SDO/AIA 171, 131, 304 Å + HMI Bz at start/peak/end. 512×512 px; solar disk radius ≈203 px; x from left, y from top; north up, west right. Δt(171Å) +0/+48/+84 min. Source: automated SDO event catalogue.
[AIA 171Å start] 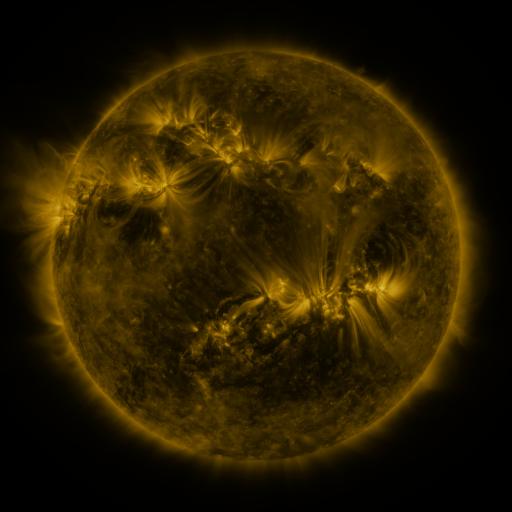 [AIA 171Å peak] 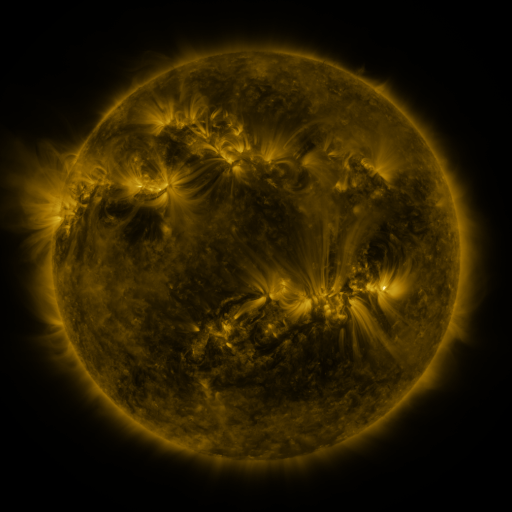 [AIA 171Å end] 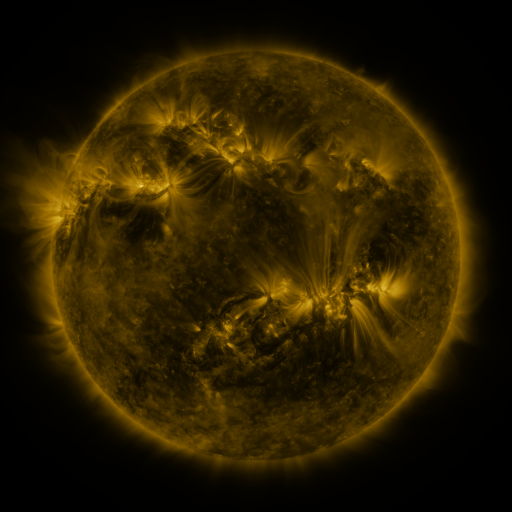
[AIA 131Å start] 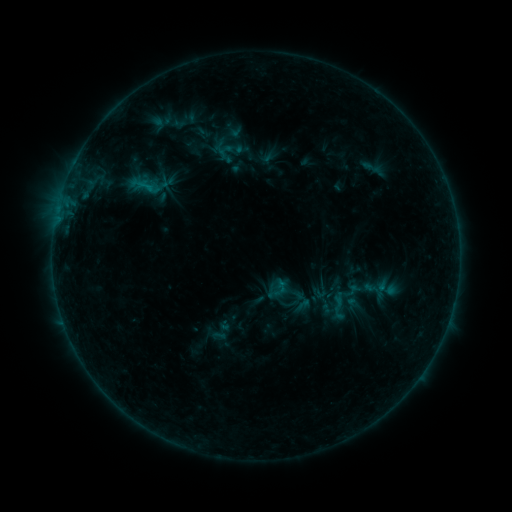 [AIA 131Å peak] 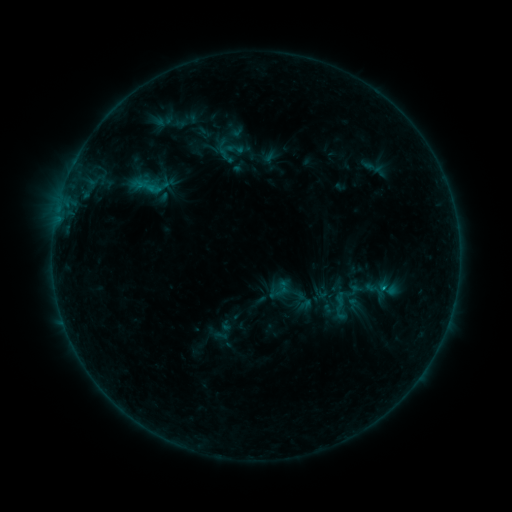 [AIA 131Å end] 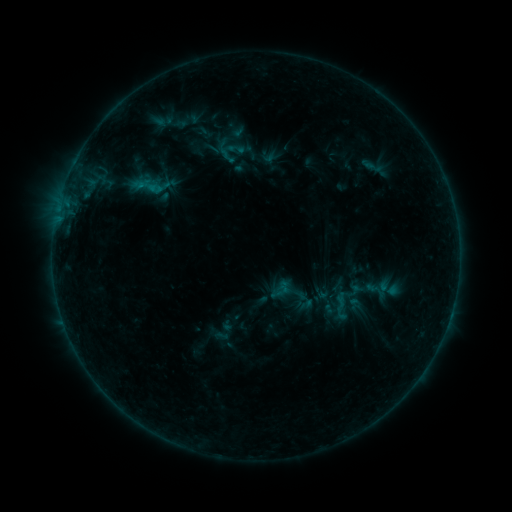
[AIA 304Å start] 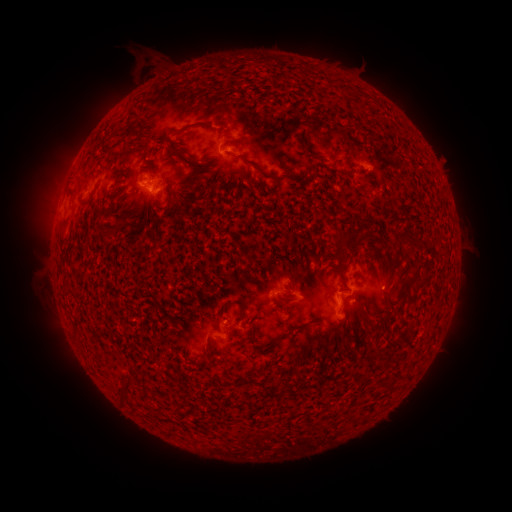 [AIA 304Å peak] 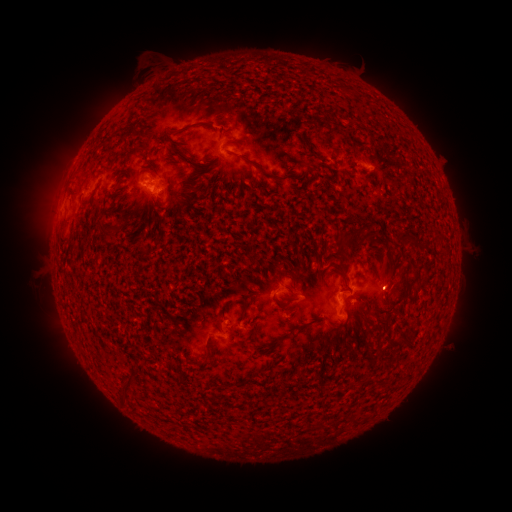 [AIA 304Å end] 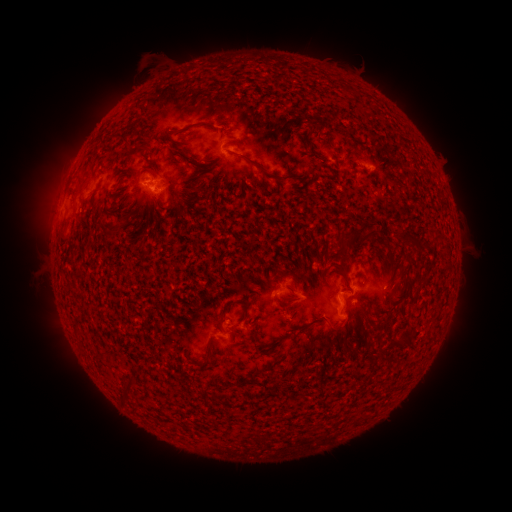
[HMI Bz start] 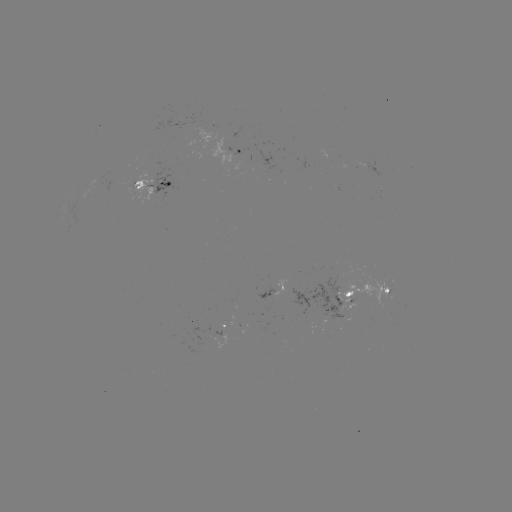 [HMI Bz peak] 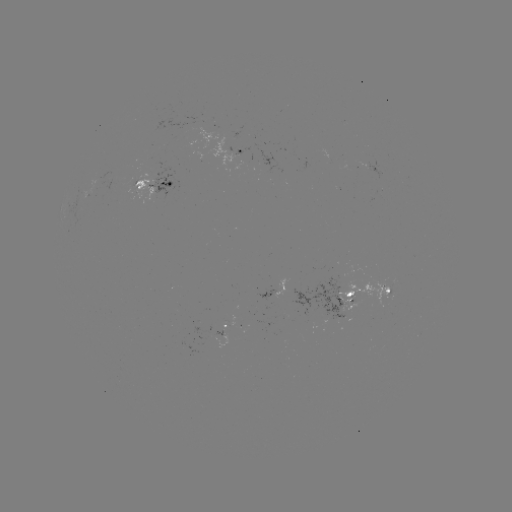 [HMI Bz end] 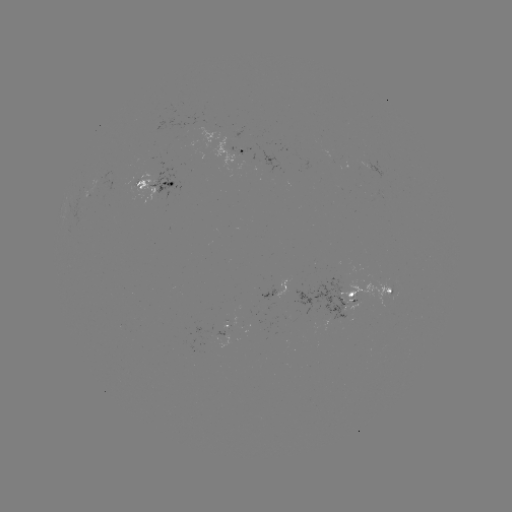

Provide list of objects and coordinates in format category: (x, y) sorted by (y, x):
emerging-flux region: (369, 166)
